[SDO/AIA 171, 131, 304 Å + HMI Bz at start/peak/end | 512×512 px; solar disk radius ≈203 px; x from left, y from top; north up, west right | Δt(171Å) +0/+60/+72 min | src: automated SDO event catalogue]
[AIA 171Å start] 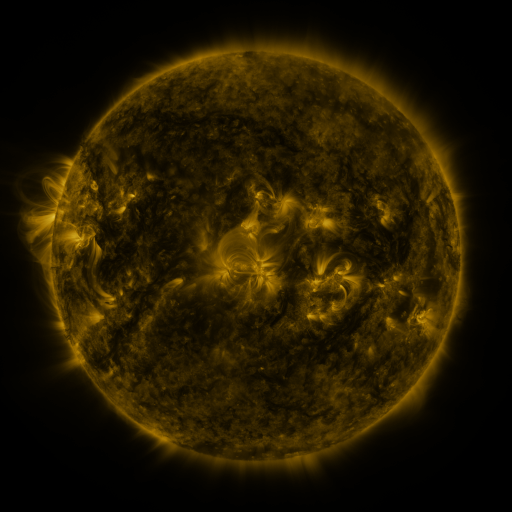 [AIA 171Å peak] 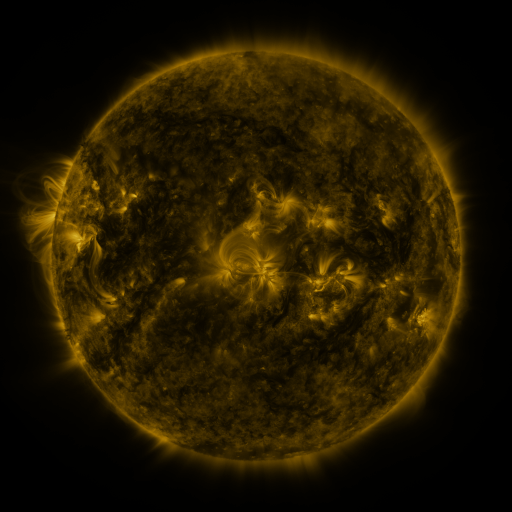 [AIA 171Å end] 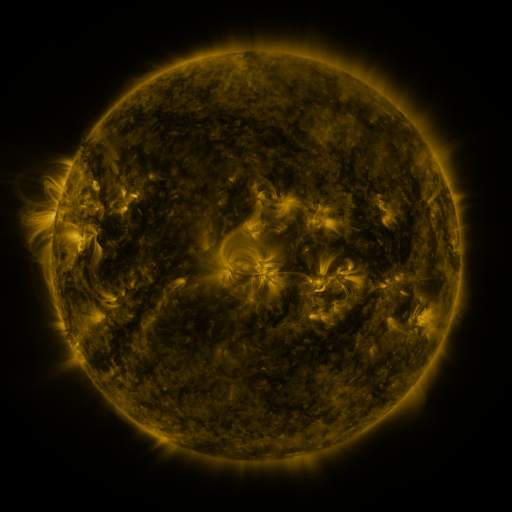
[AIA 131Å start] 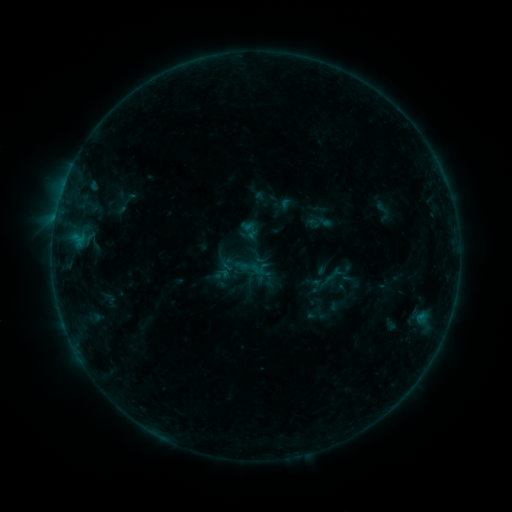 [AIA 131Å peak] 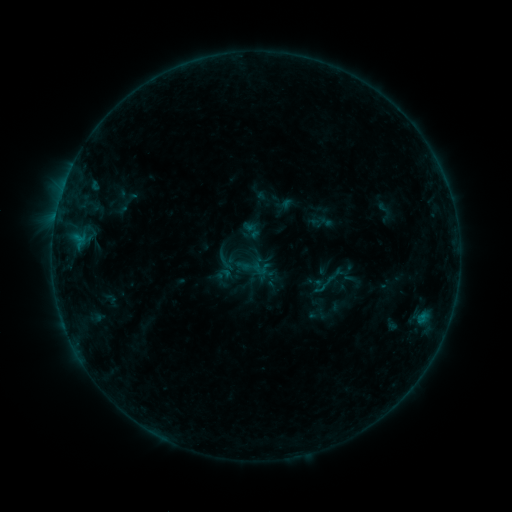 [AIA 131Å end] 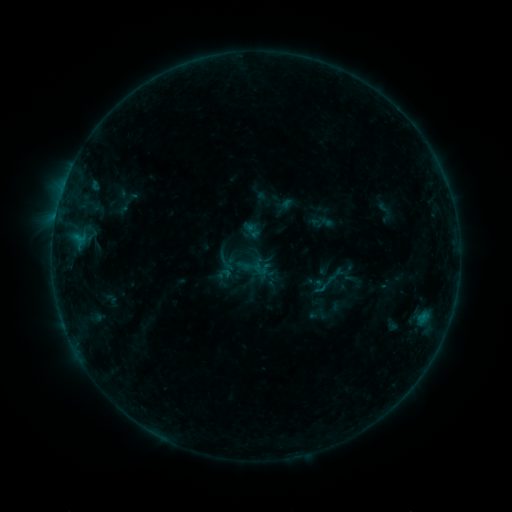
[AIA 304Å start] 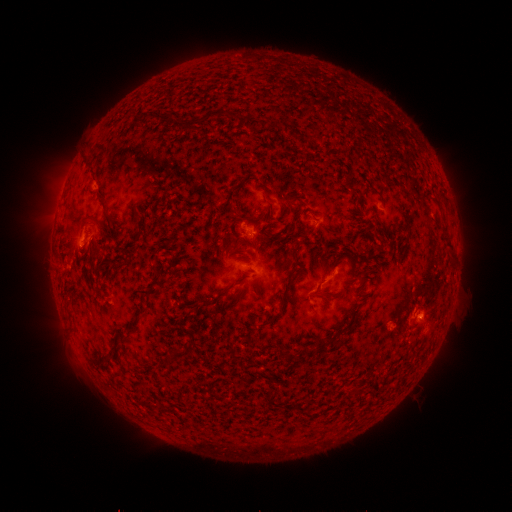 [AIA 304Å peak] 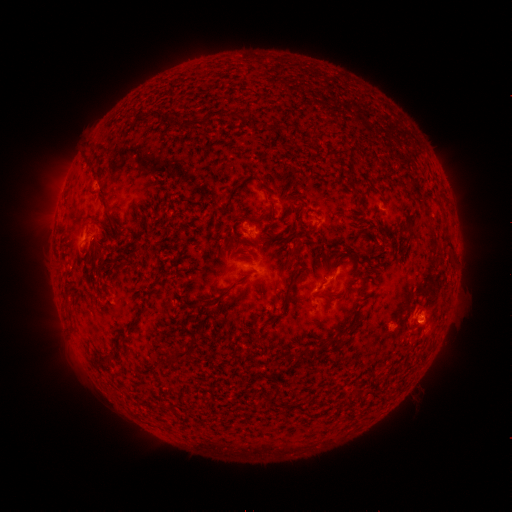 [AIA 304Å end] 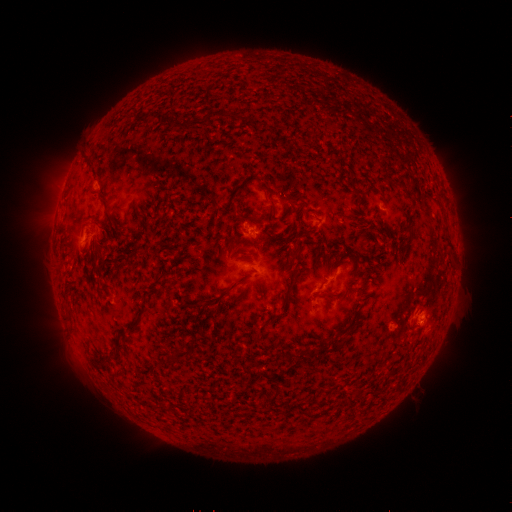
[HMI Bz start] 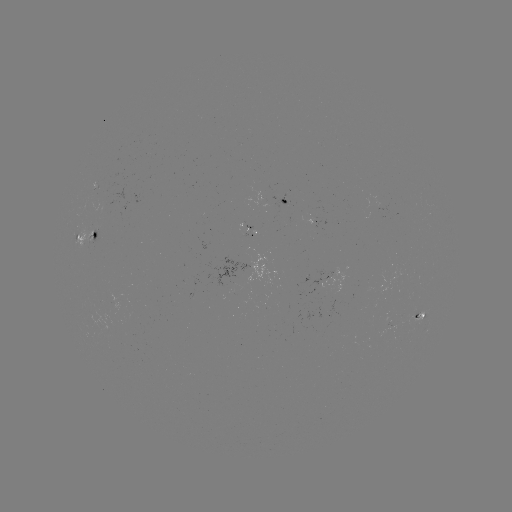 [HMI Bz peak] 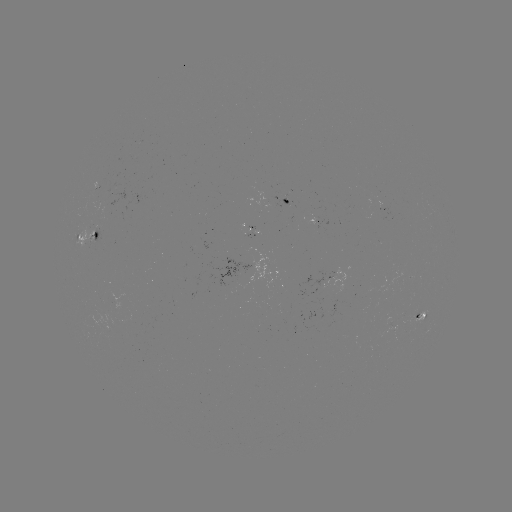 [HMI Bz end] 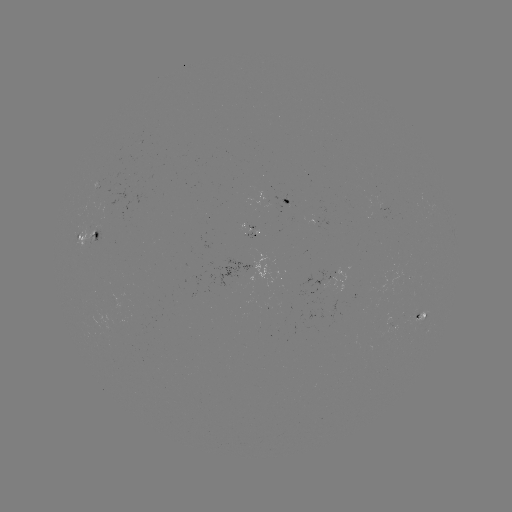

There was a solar emerging-flux region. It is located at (235, 278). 